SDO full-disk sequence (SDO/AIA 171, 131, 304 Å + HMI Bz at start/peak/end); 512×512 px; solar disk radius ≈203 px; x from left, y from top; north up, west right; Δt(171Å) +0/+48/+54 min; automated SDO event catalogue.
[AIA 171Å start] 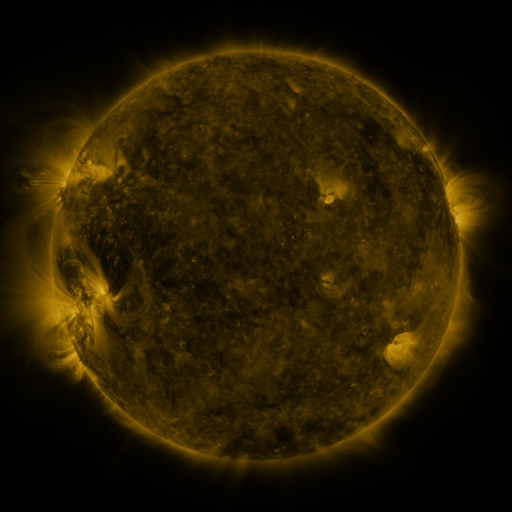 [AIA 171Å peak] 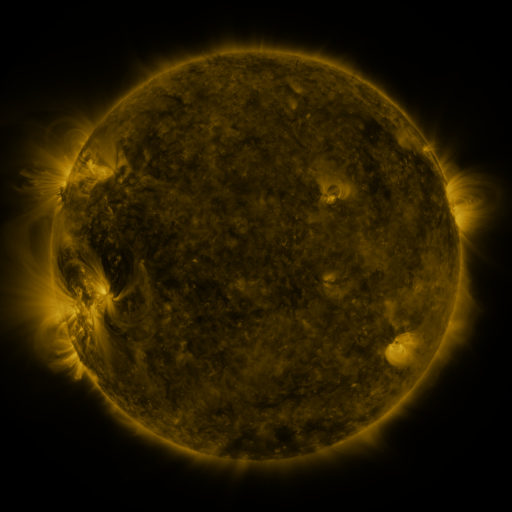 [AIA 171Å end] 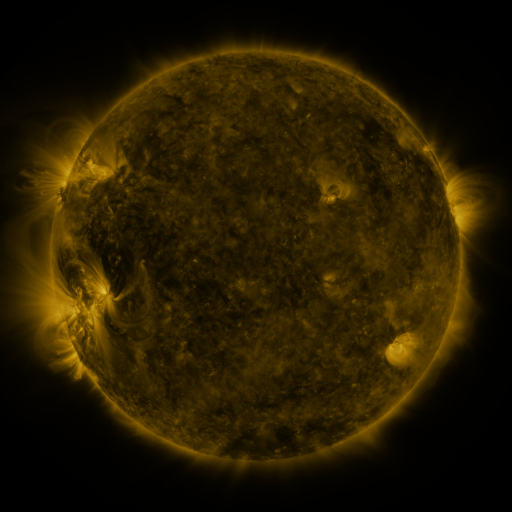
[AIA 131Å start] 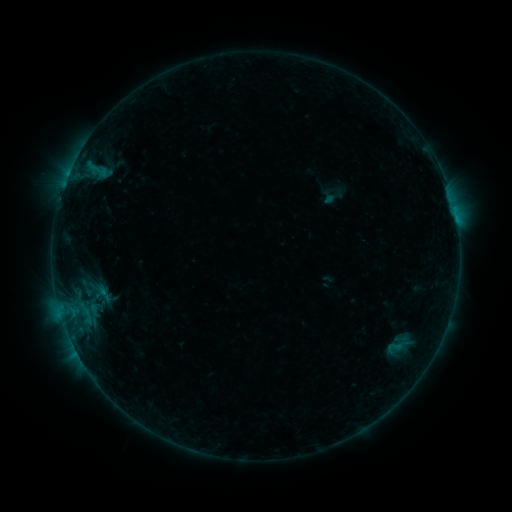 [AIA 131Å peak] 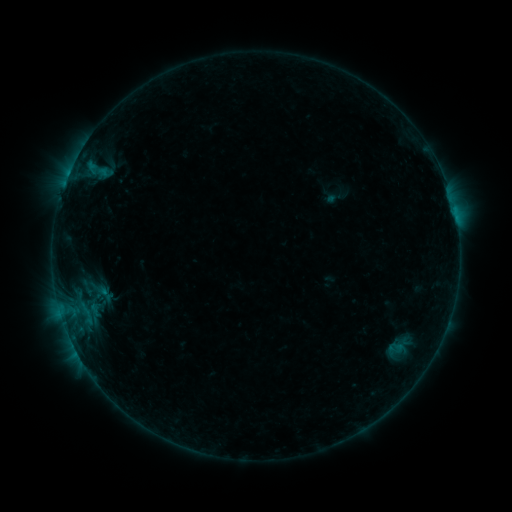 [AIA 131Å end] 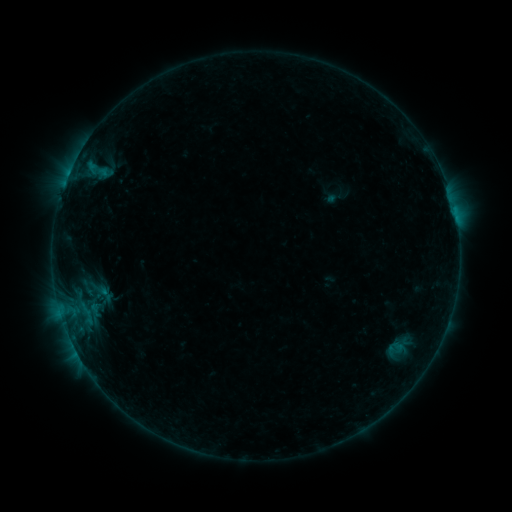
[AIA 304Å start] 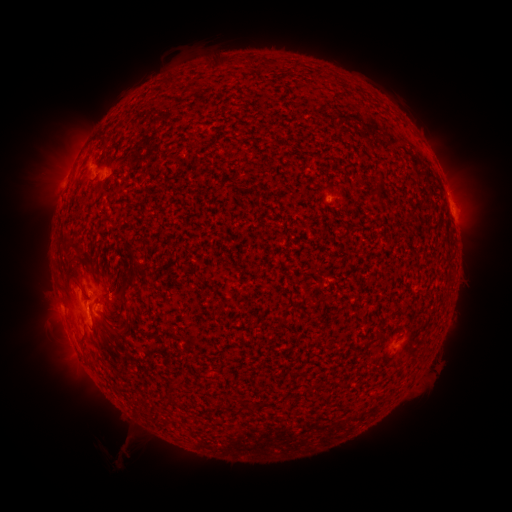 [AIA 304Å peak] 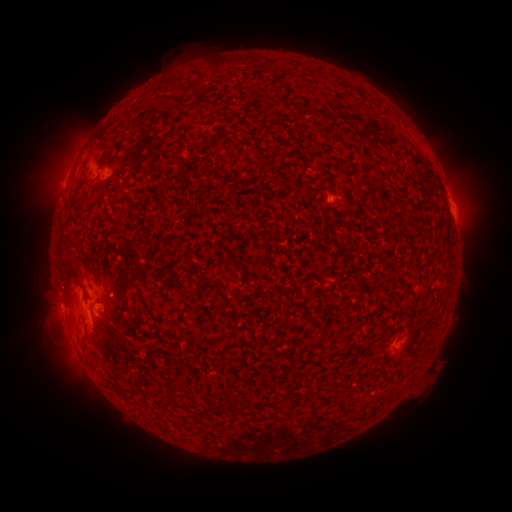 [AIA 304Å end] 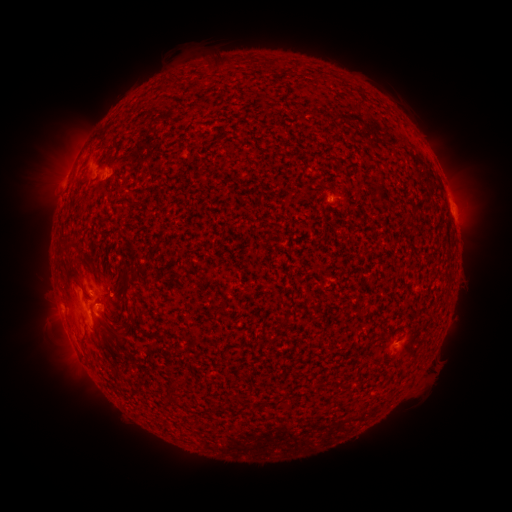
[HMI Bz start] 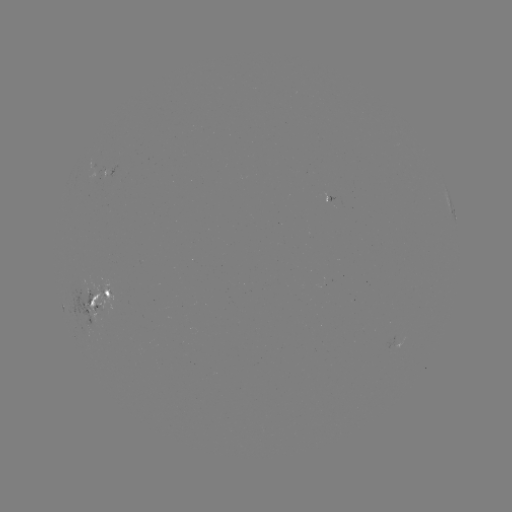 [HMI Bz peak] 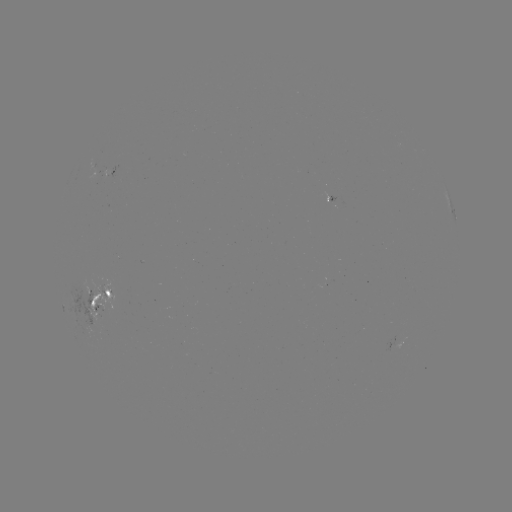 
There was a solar emerging-flux region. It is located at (92, 316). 